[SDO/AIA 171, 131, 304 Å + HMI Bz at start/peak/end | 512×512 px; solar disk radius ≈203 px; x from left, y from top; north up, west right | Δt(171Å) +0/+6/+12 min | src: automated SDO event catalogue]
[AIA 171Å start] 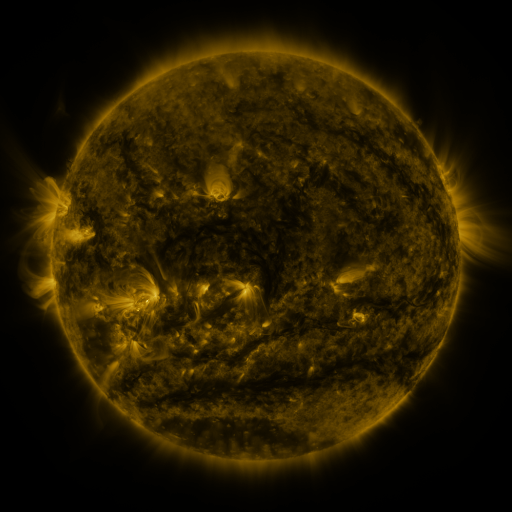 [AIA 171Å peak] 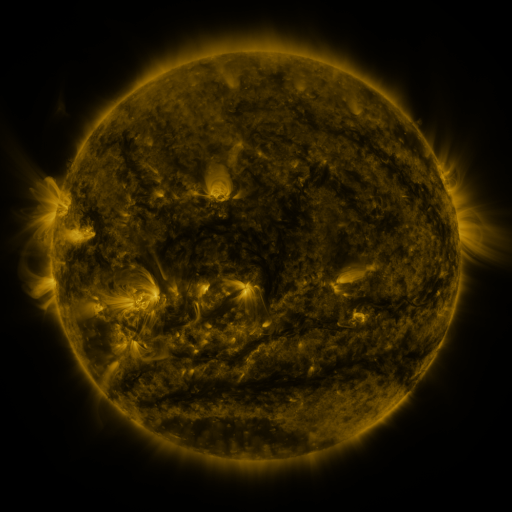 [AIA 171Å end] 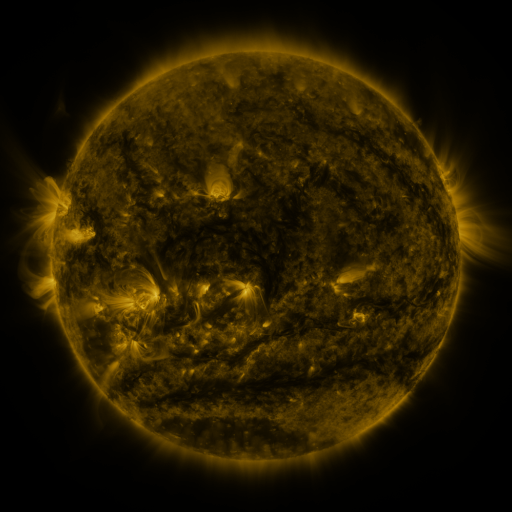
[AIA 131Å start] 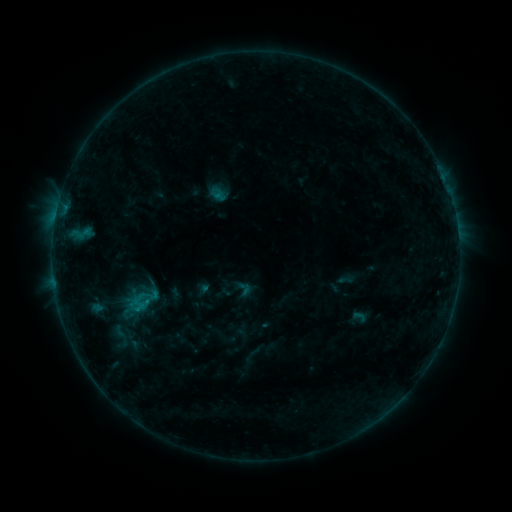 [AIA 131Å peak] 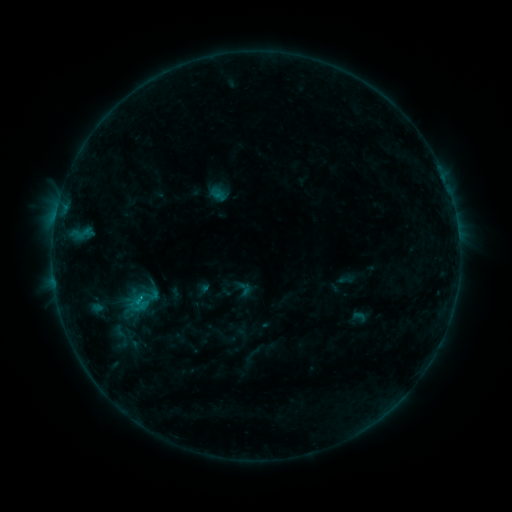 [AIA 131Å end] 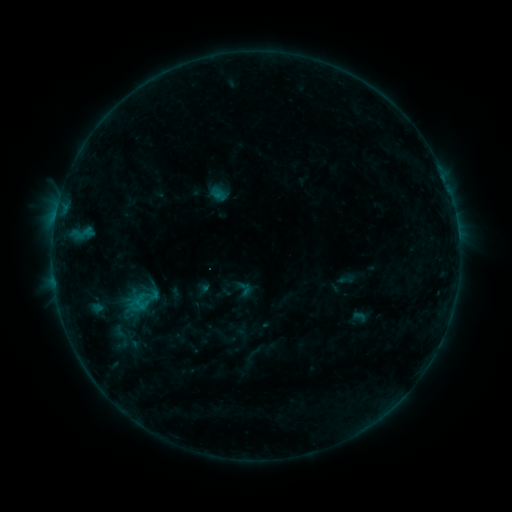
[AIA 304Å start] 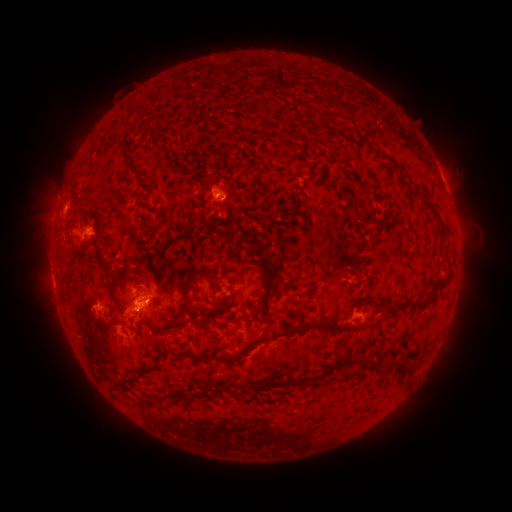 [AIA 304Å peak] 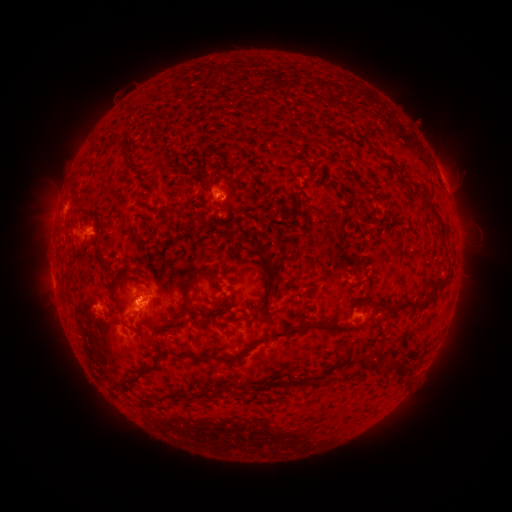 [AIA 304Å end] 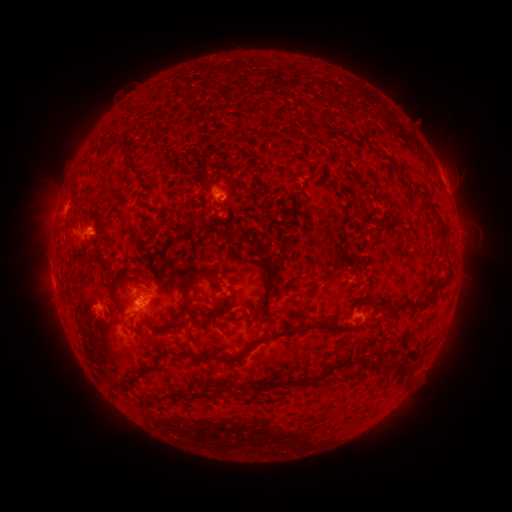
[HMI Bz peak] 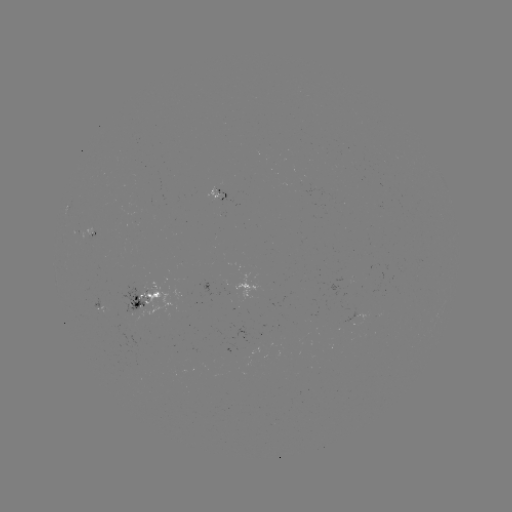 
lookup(C1.0 flare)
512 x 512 140,297